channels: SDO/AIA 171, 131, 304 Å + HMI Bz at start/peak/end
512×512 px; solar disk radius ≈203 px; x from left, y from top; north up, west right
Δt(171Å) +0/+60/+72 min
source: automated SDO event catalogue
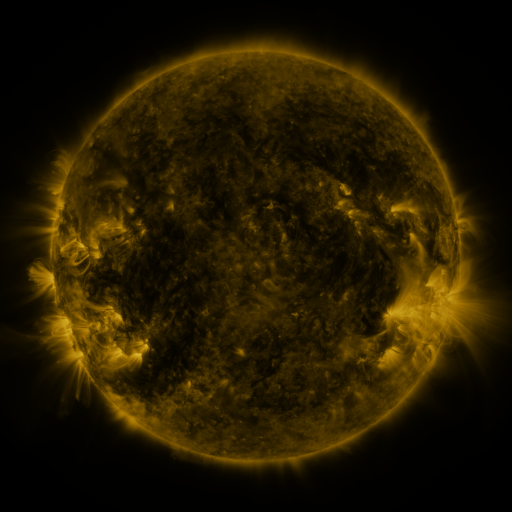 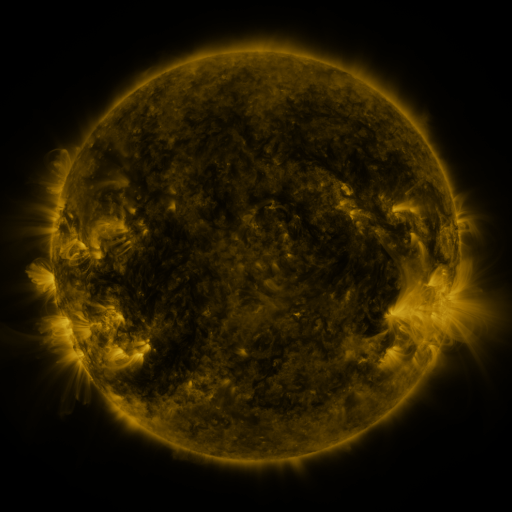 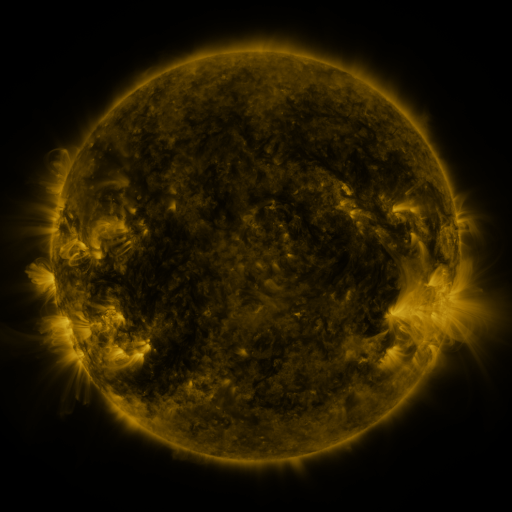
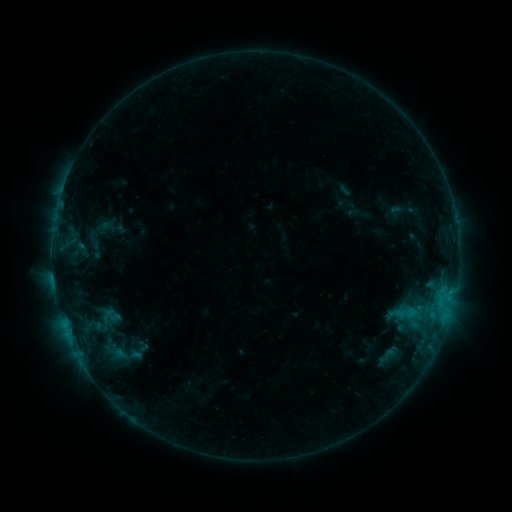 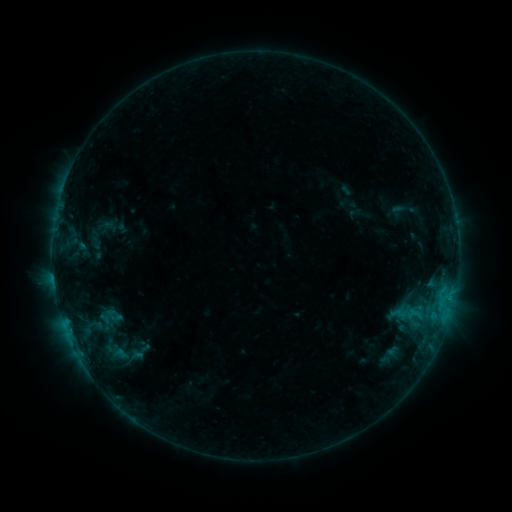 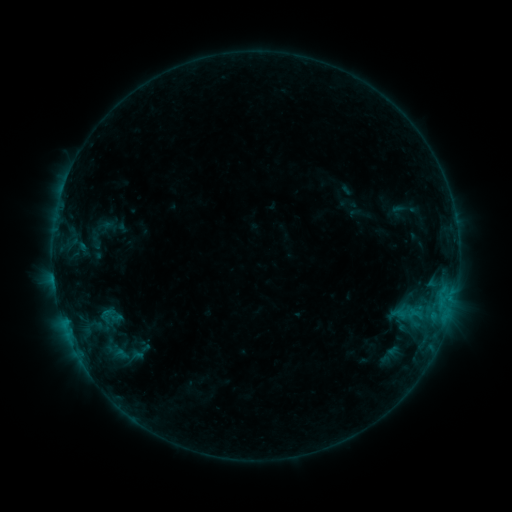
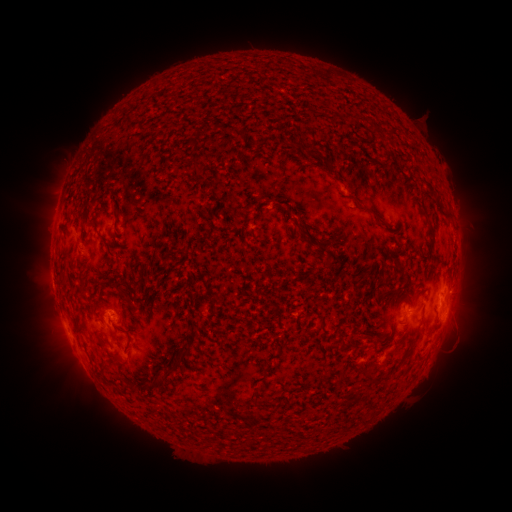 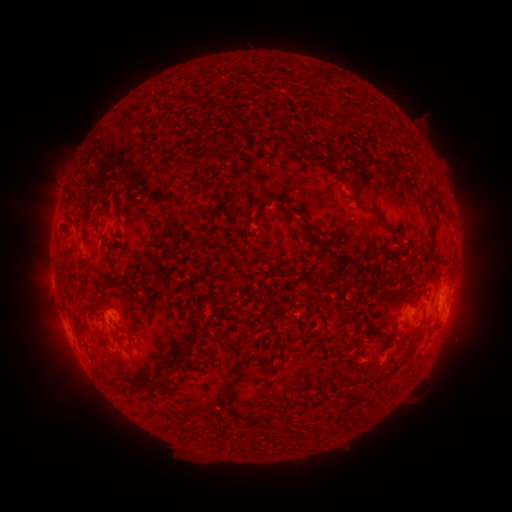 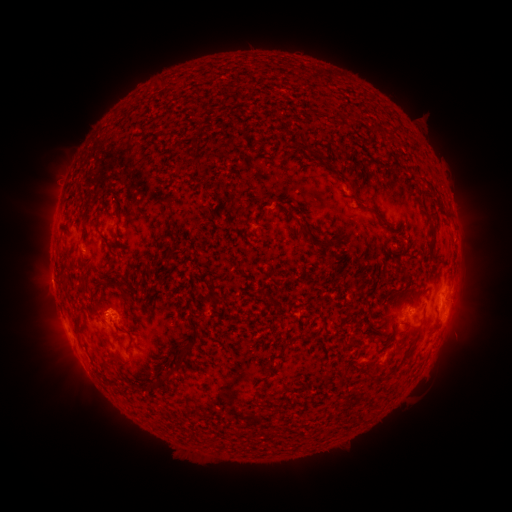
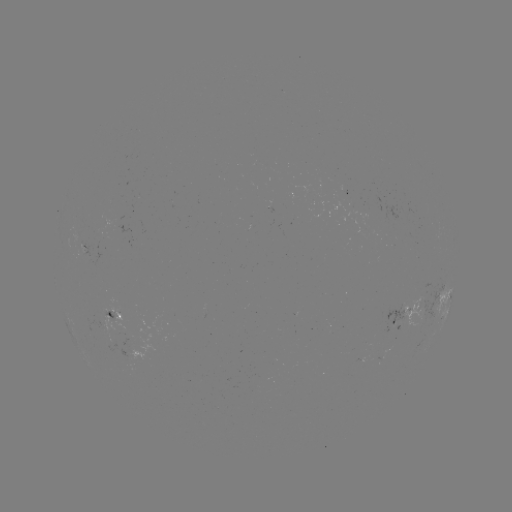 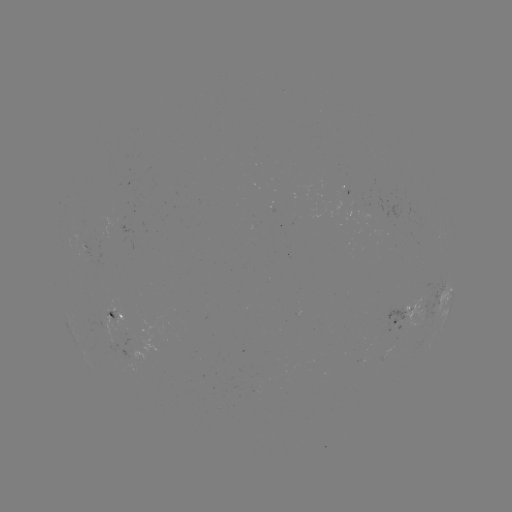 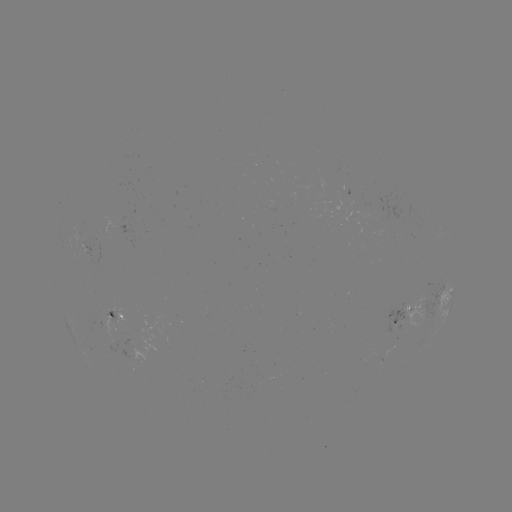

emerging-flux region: <bbox>90, 312, 122, 344</bbox>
